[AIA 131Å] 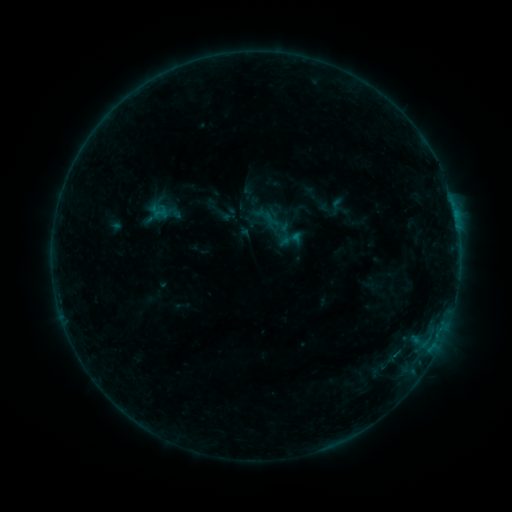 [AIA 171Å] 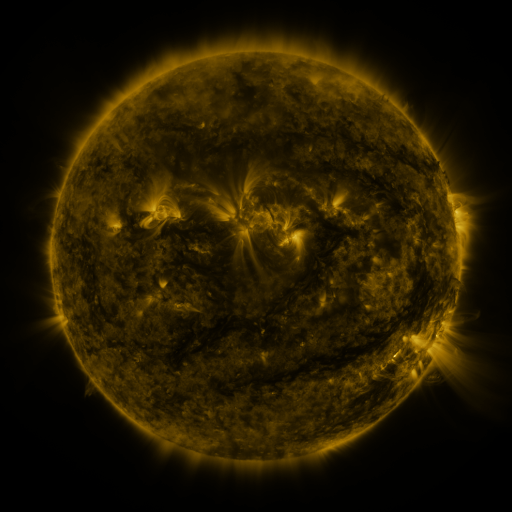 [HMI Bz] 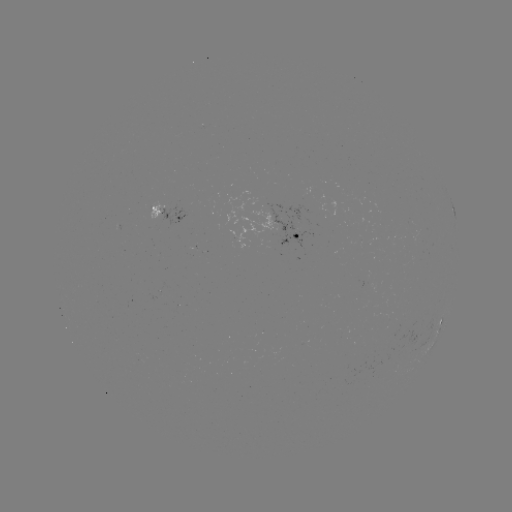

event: sigmoid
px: (291, 239)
